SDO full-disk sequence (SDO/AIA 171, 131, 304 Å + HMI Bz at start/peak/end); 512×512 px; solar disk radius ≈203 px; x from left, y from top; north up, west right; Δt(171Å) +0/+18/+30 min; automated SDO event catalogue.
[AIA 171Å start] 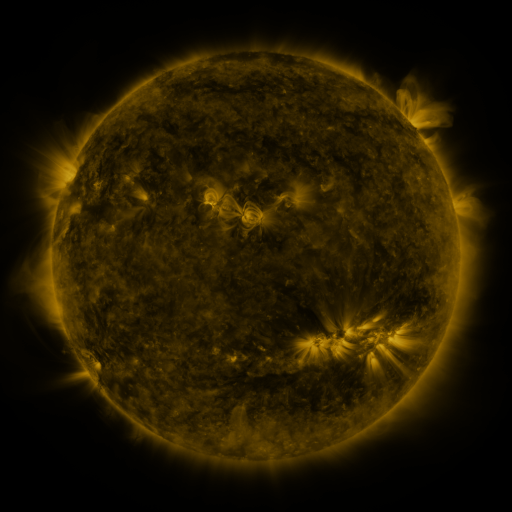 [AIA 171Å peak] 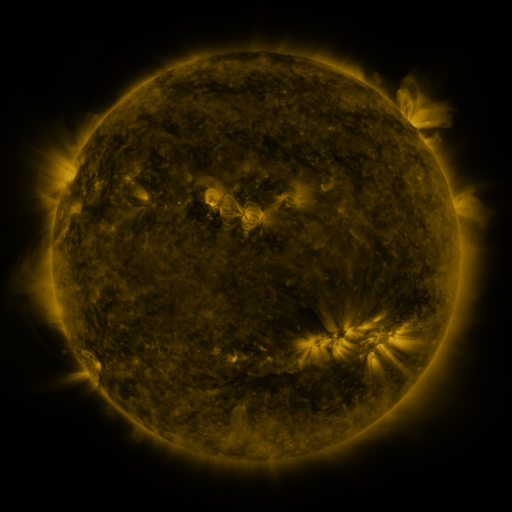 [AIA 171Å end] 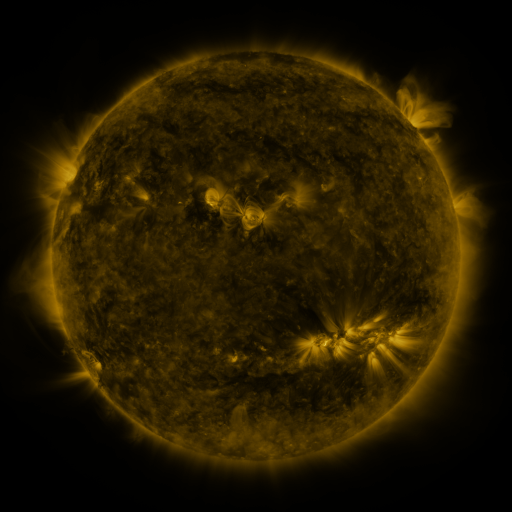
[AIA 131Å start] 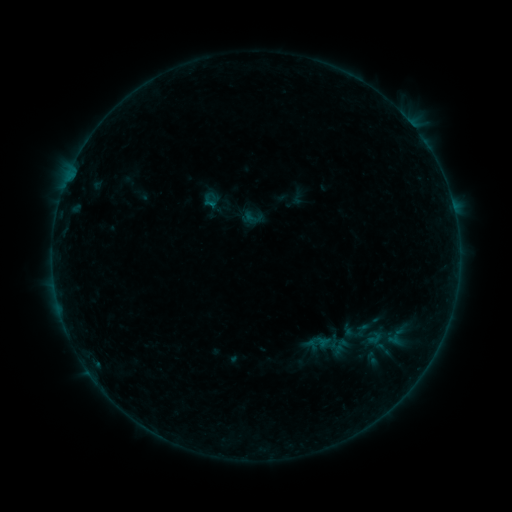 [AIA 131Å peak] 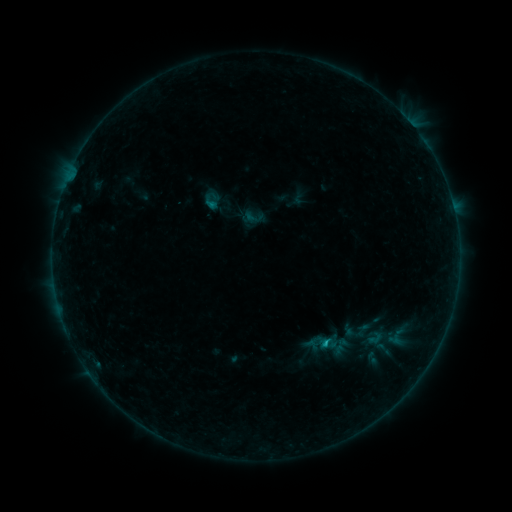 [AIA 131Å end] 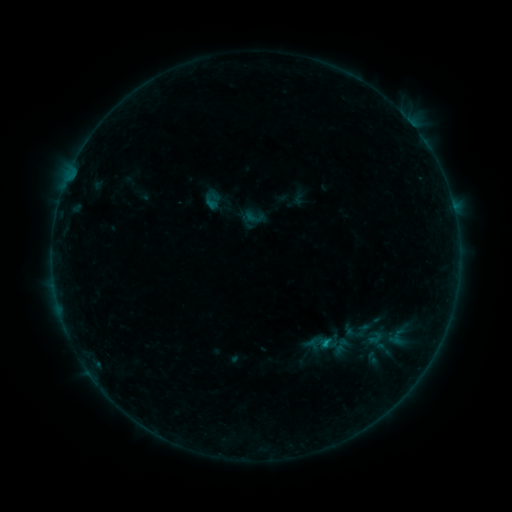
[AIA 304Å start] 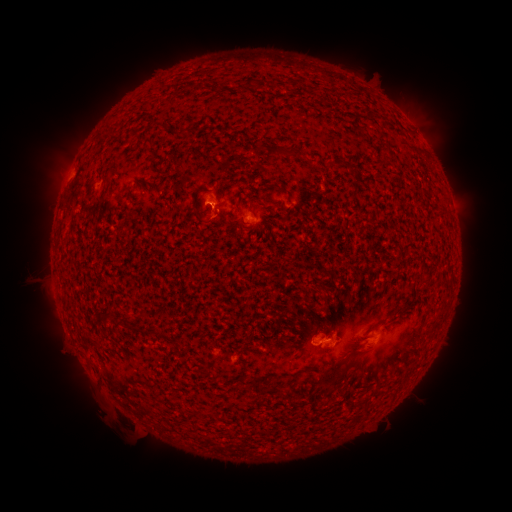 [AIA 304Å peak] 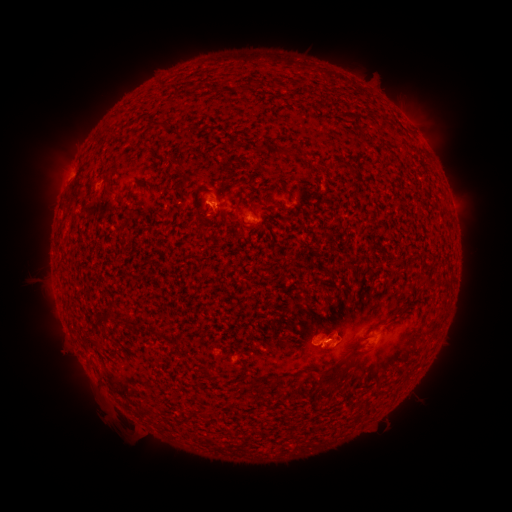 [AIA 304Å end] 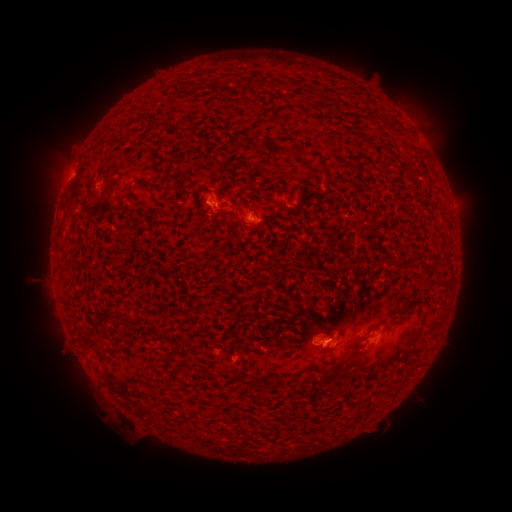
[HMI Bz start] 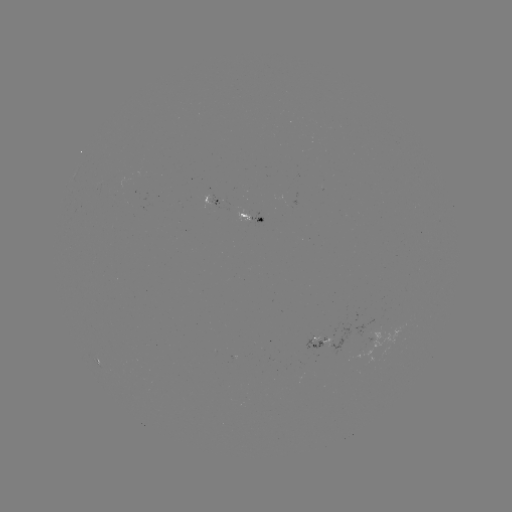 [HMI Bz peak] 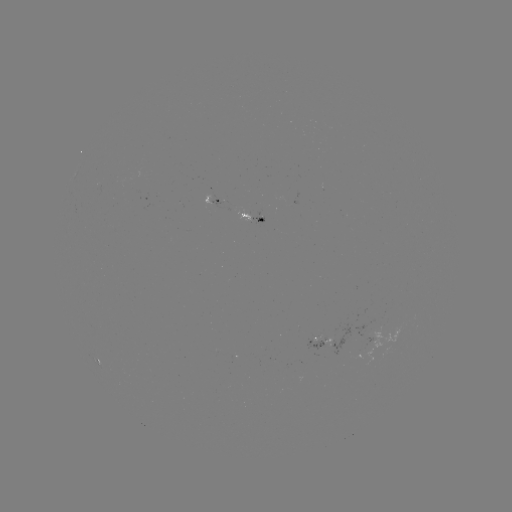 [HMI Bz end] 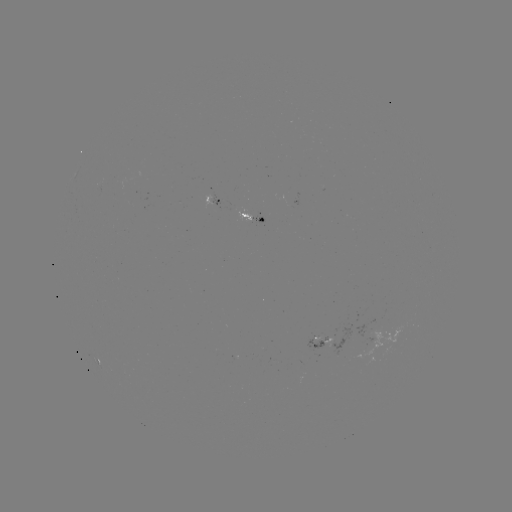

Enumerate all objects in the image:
B5.7 flare: (215, 206)
